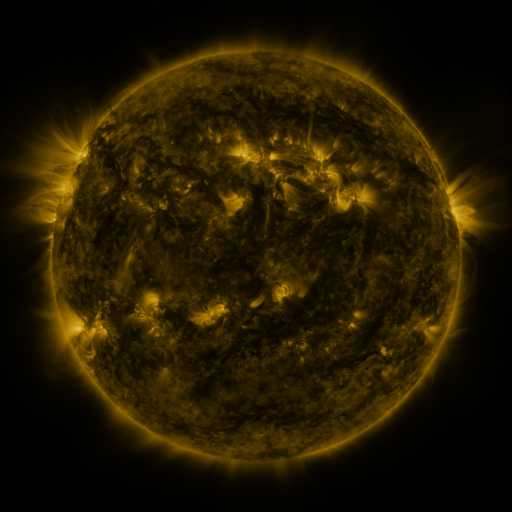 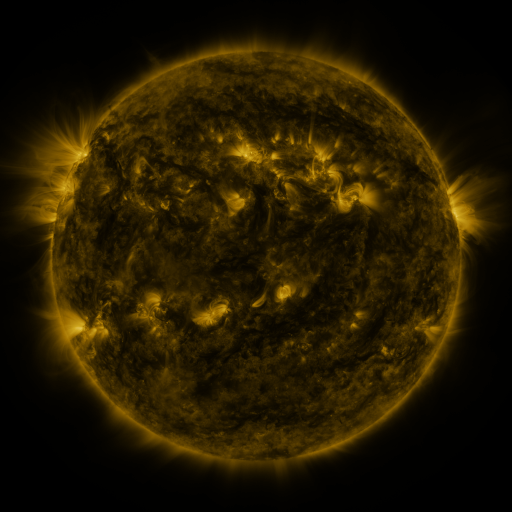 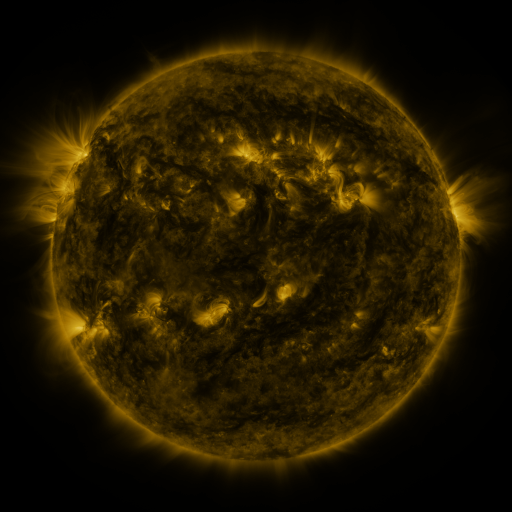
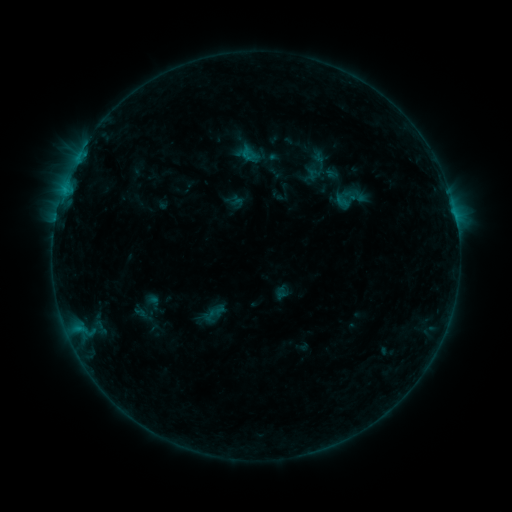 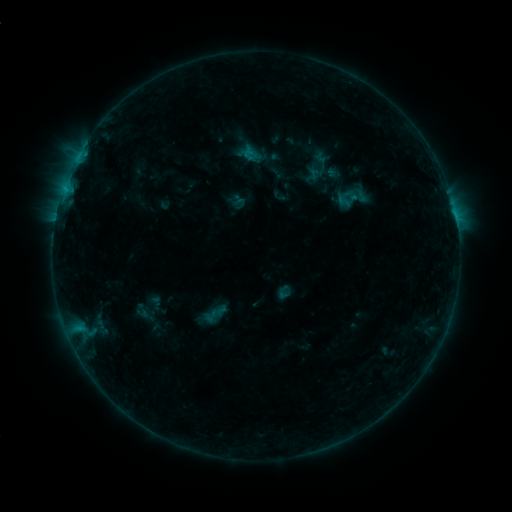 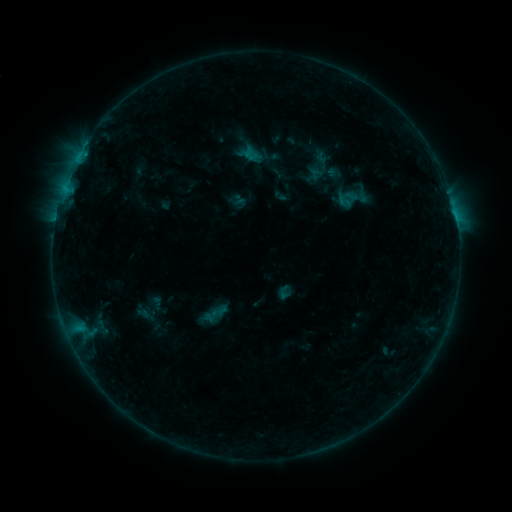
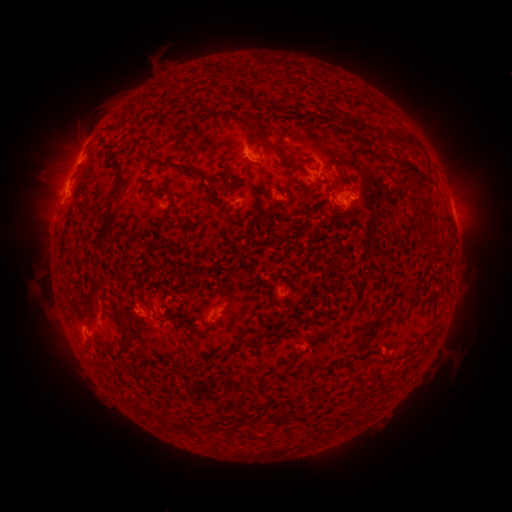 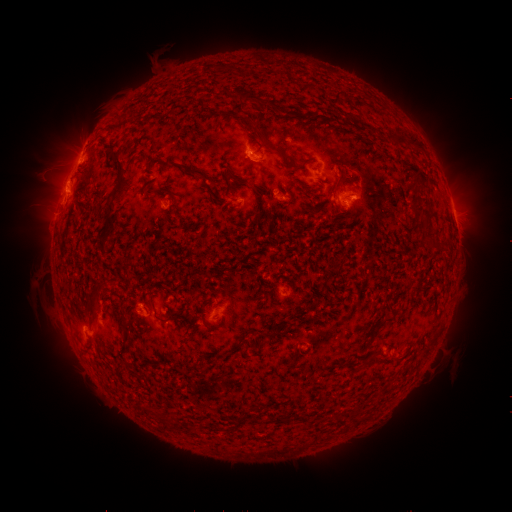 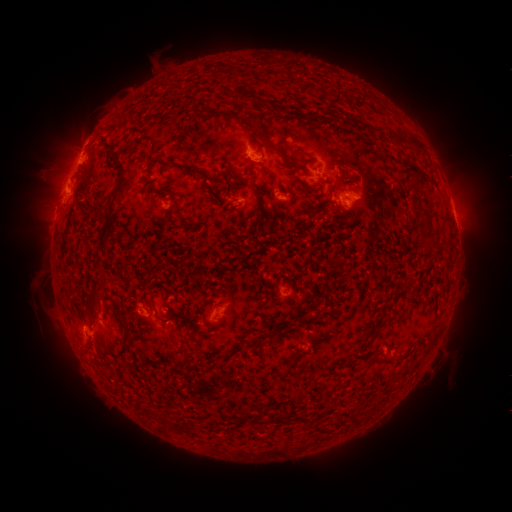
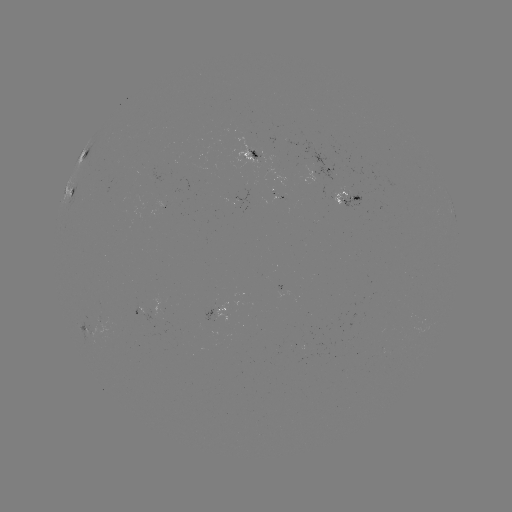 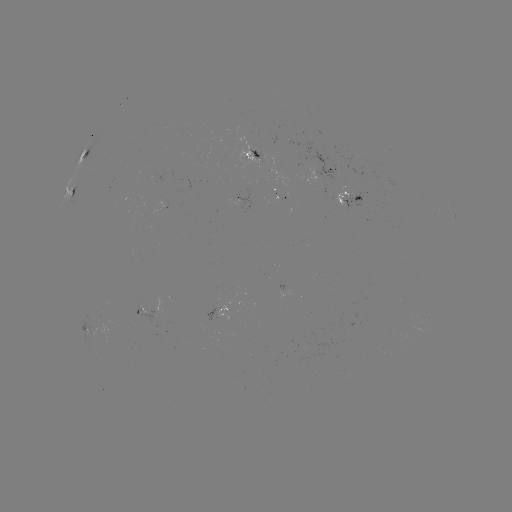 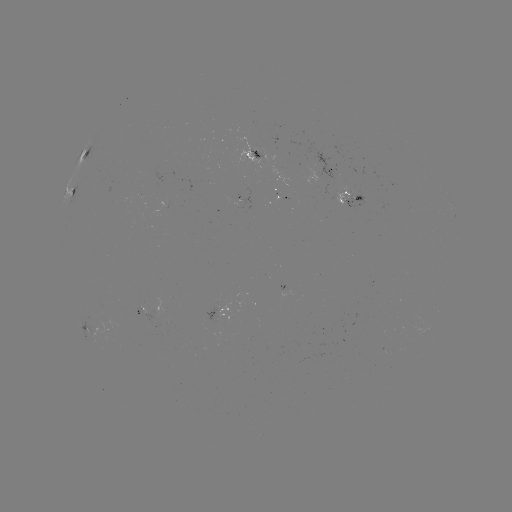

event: emerging-flux region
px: (277, 201)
